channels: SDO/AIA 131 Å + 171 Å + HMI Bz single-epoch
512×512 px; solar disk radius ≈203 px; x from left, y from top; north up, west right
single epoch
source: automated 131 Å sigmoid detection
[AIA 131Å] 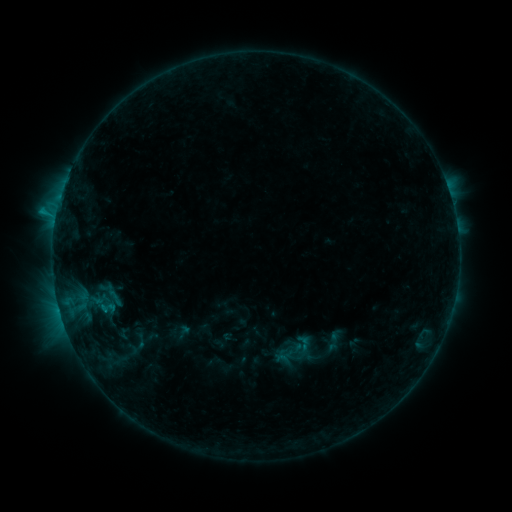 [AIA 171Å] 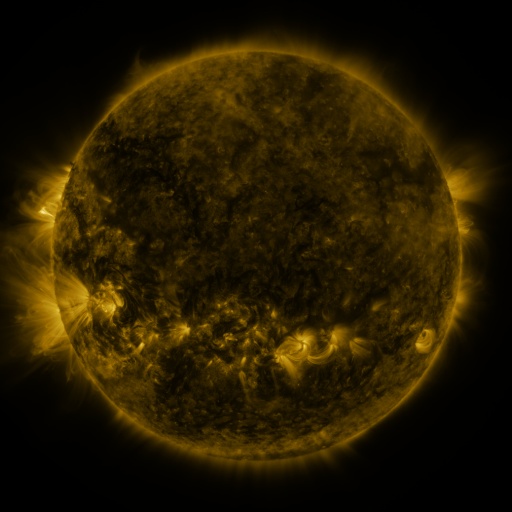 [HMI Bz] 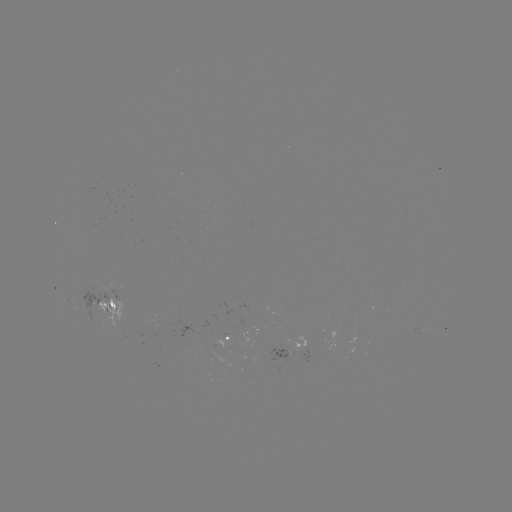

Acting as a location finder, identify sigmoid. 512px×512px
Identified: [304, 343].